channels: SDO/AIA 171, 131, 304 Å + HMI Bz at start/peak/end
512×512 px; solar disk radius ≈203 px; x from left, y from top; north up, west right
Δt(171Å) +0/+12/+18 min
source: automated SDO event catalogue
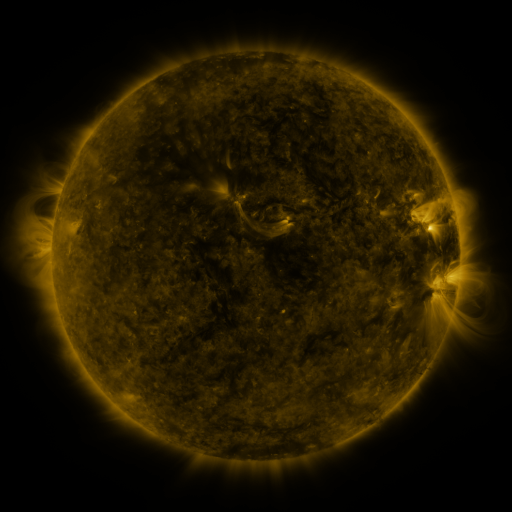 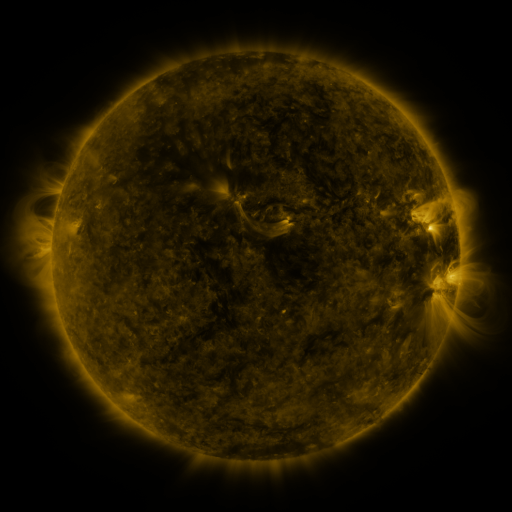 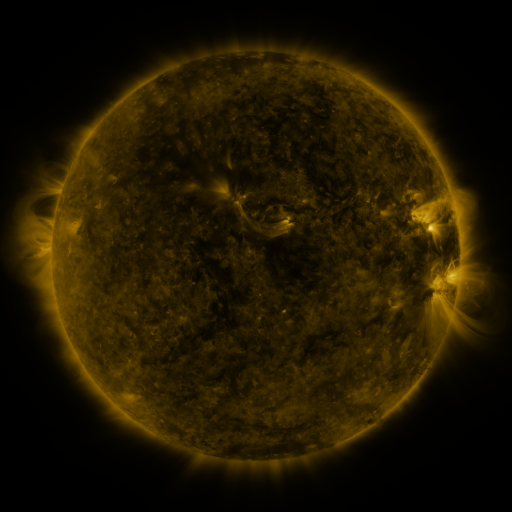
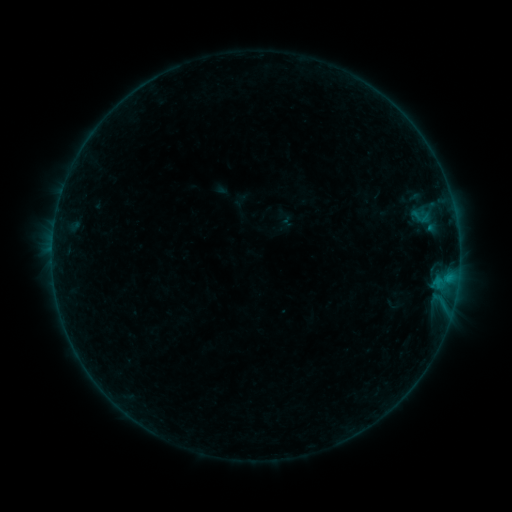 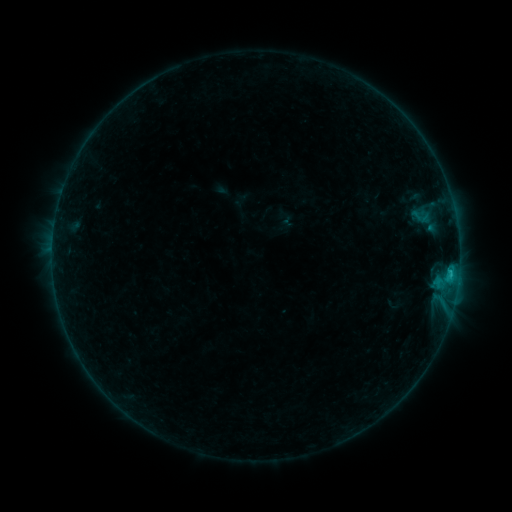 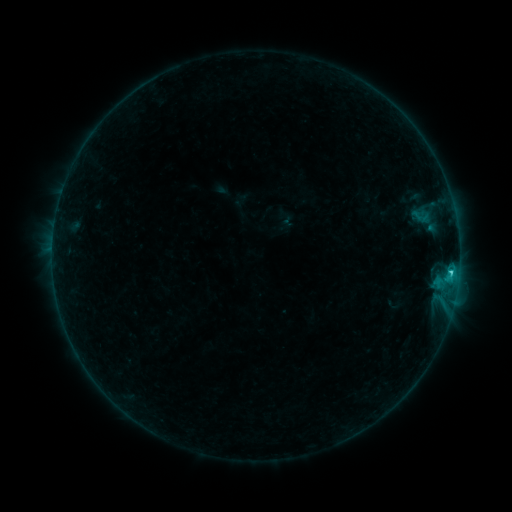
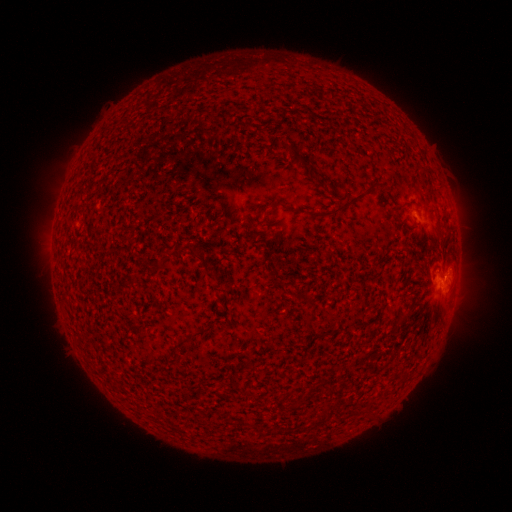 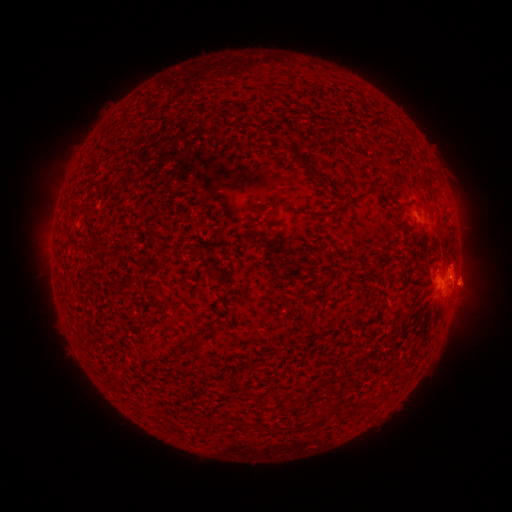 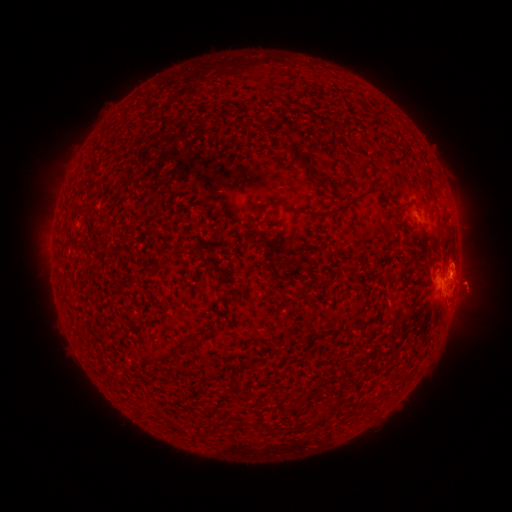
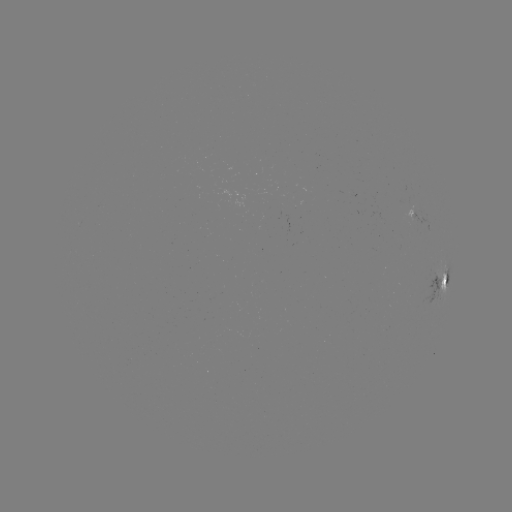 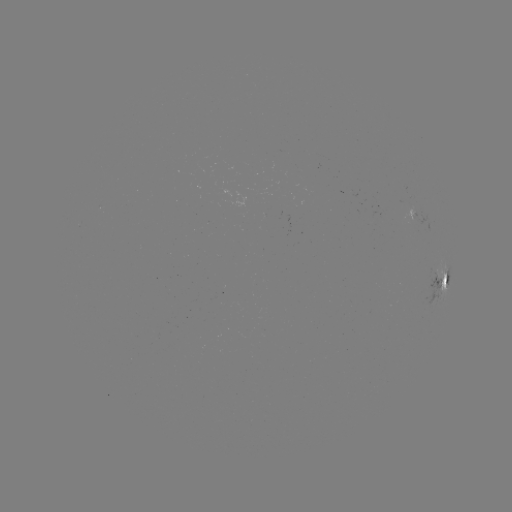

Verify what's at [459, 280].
eruption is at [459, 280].